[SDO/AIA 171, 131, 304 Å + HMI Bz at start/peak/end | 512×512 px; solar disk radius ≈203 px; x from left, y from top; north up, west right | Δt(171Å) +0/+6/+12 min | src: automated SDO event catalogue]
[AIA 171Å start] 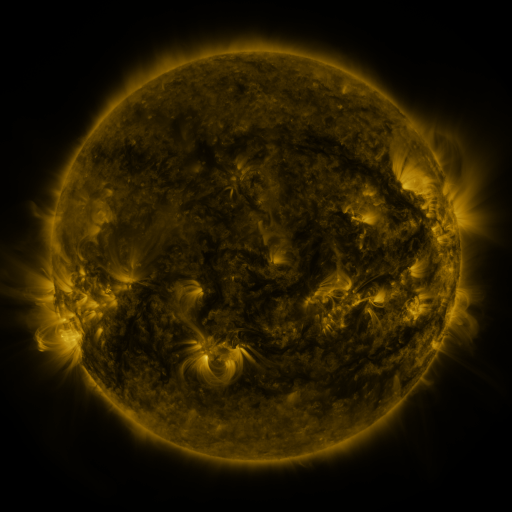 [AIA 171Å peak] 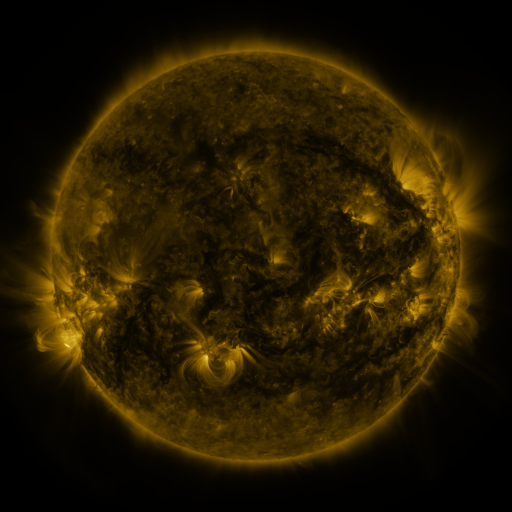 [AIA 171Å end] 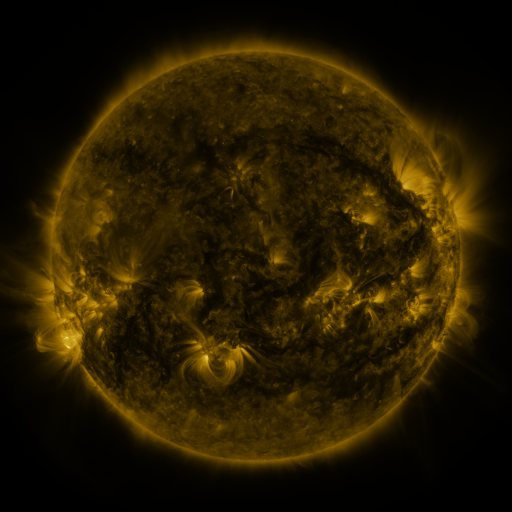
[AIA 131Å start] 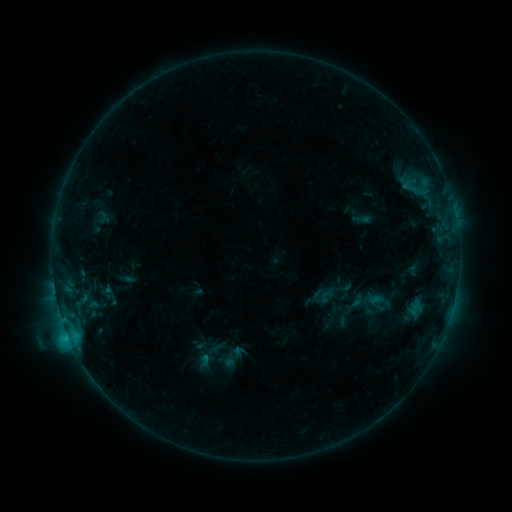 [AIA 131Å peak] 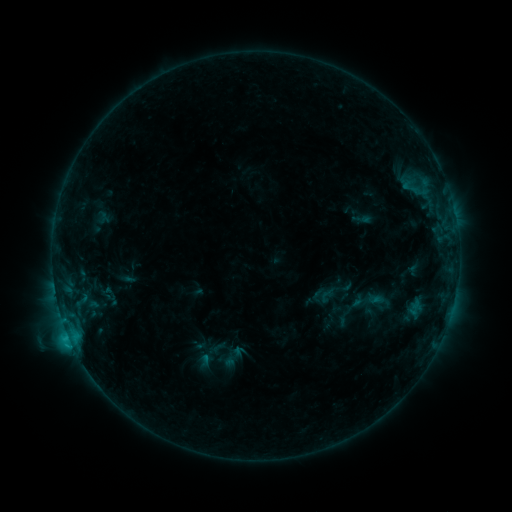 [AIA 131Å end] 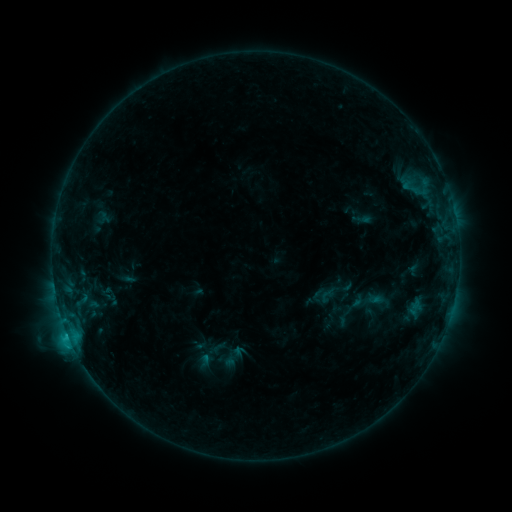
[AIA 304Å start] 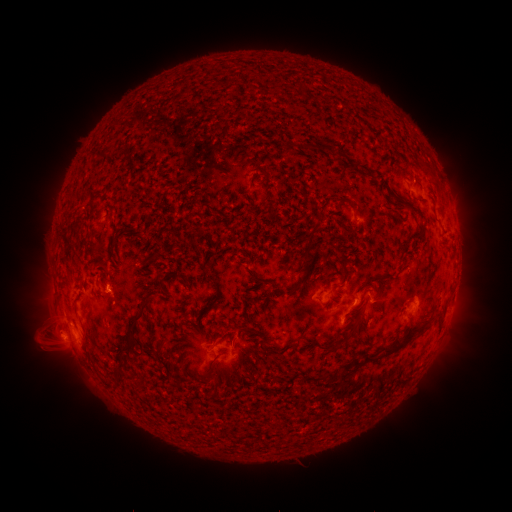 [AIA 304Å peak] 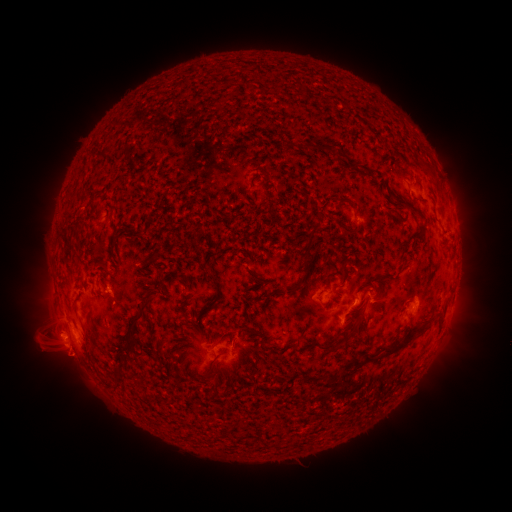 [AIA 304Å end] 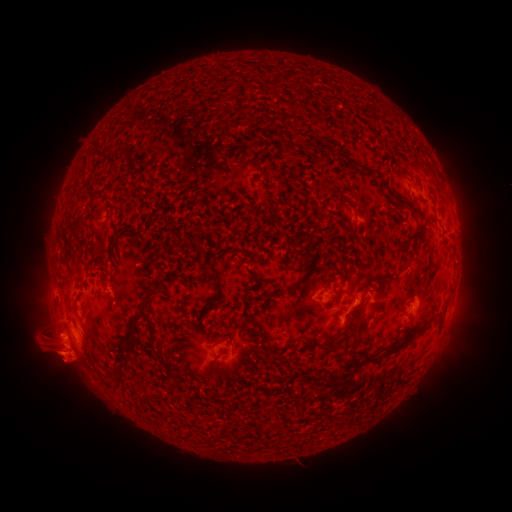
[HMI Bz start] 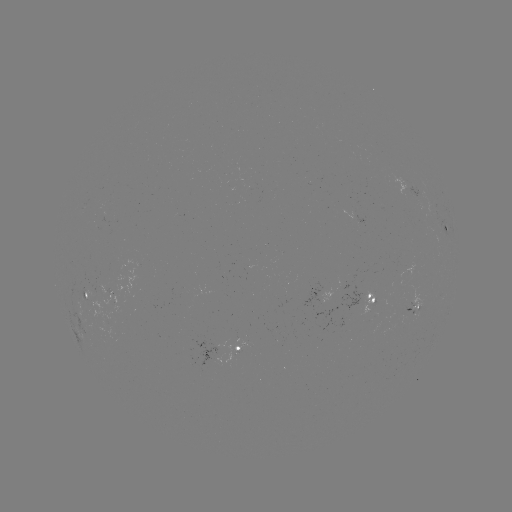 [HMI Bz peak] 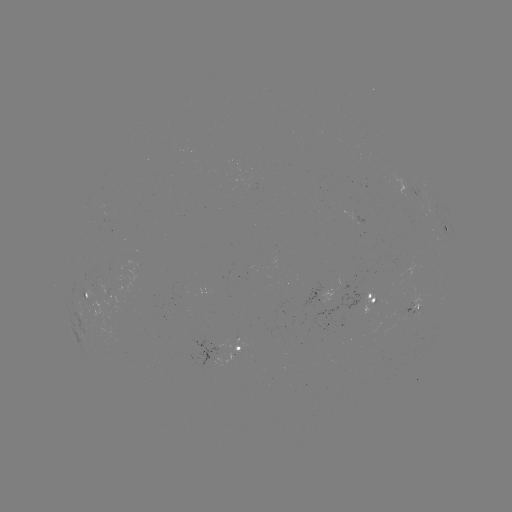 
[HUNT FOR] eruption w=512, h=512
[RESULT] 68,363